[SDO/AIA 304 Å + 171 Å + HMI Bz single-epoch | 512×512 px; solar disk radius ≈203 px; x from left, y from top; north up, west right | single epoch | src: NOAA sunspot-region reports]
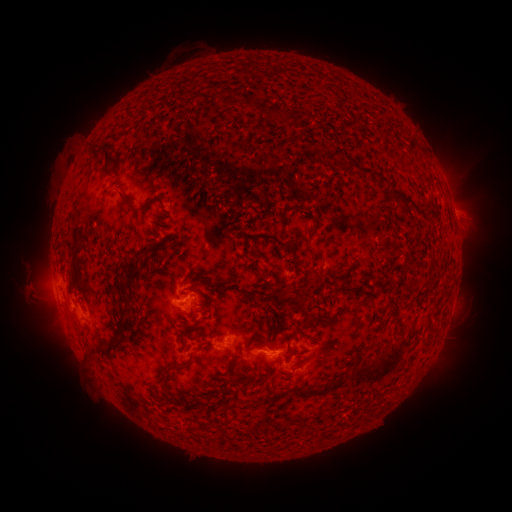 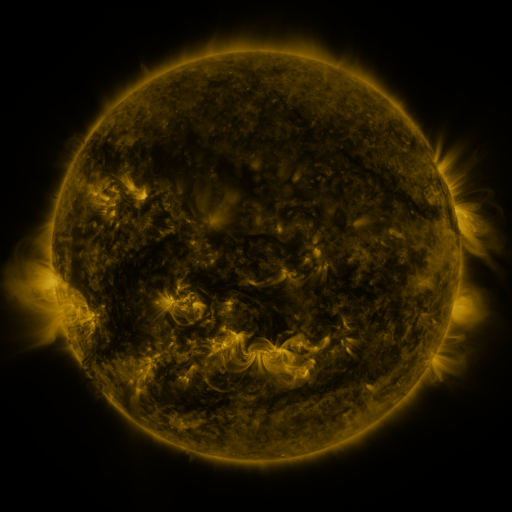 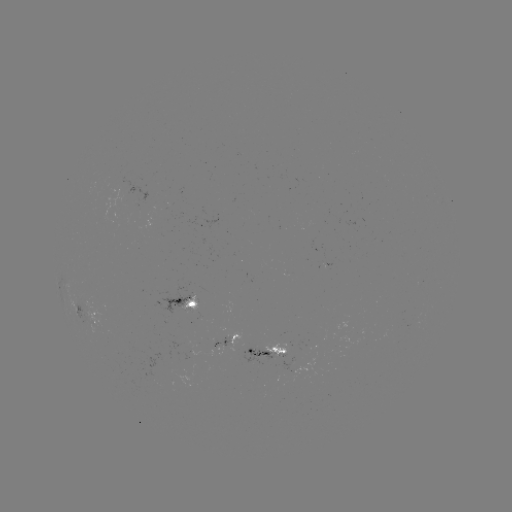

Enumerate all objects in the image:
spotted active region: (183, 302)
spotted active region: (85, 313)
spotted active region: (232, 337)
spotted active region: (269, 350)
spotted active region: (312, 367)
